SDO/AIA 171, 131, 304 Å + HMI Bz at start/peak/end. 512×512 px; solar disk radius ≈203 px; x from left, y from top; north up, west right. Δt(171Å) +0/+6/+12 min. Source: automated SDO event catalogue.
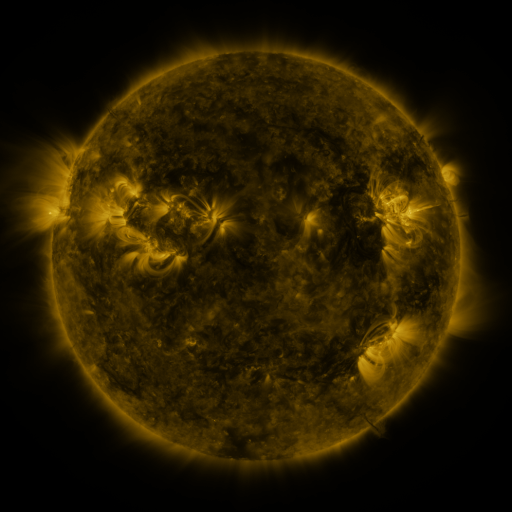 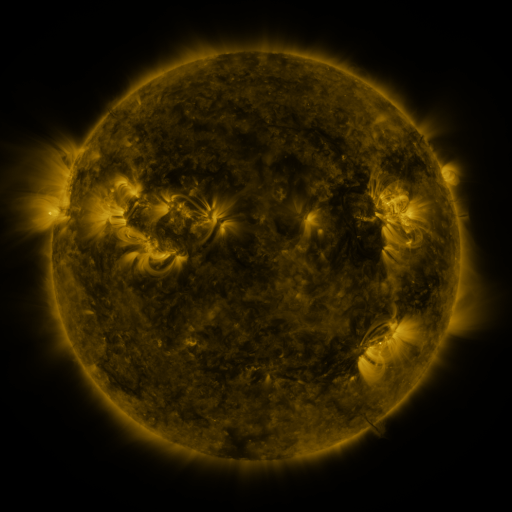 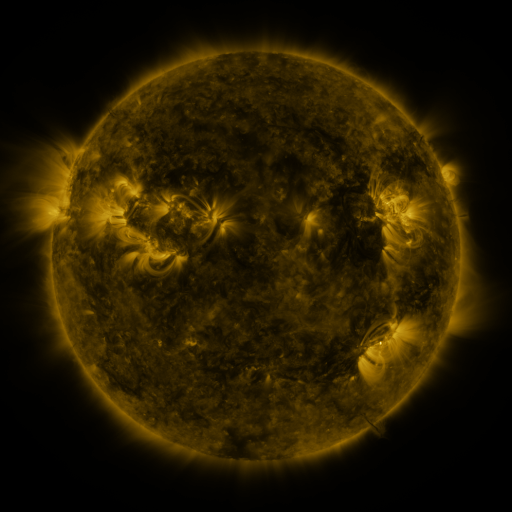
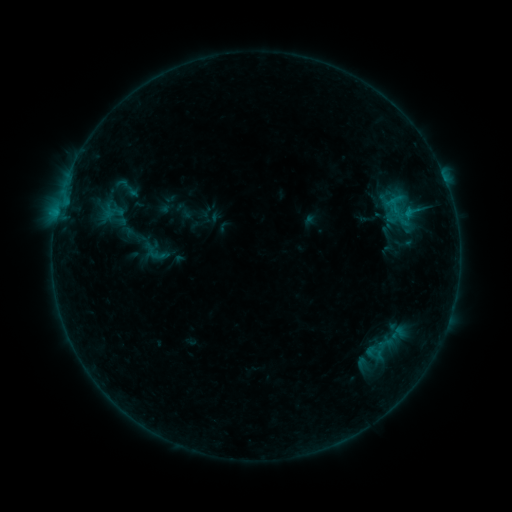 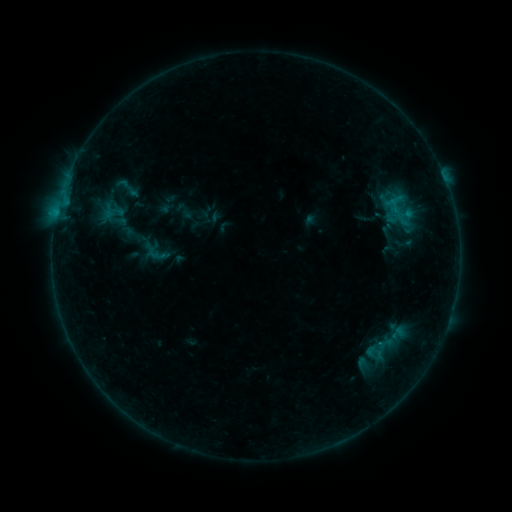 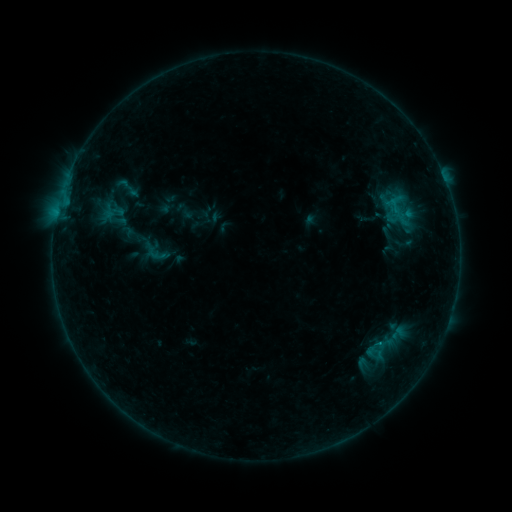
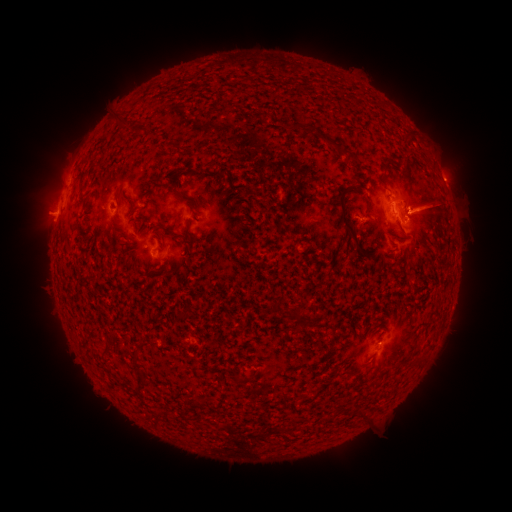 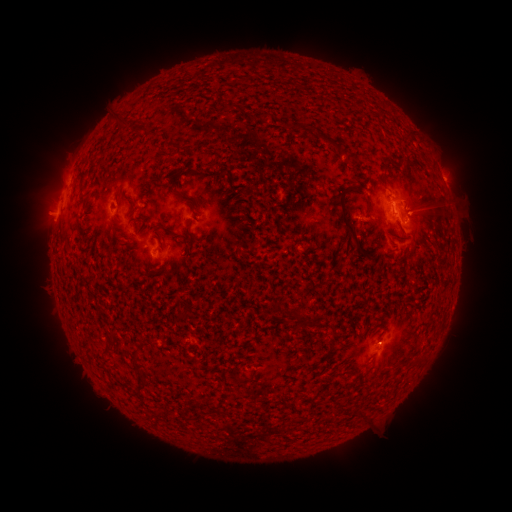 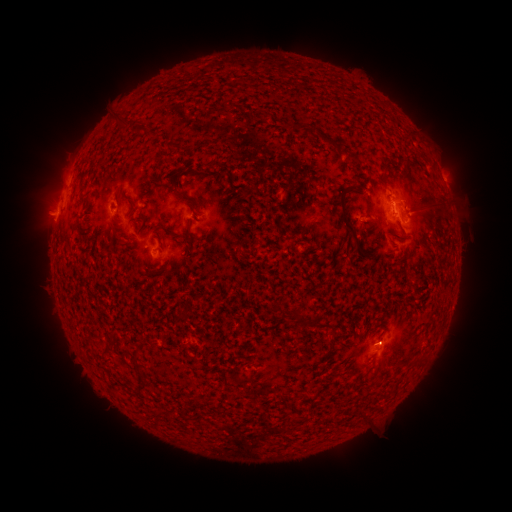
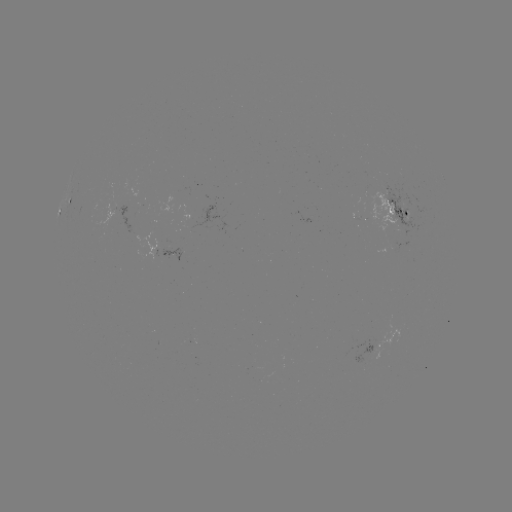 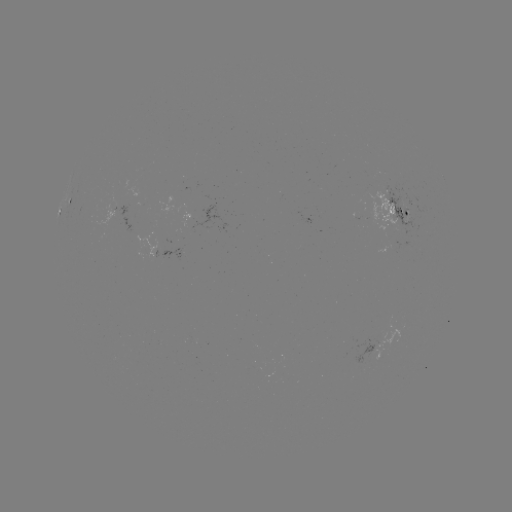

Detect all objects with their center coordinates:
B5.3 flare: (57, 214)
